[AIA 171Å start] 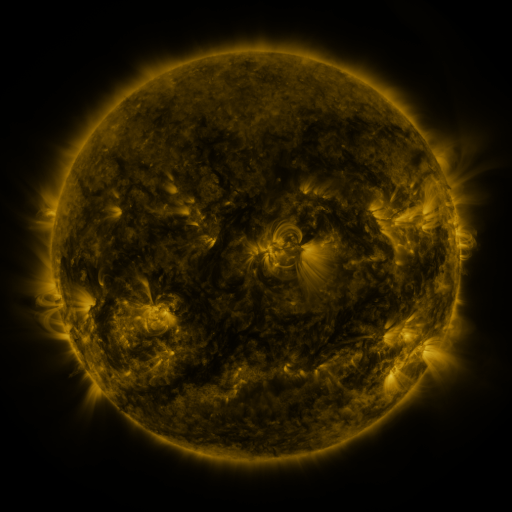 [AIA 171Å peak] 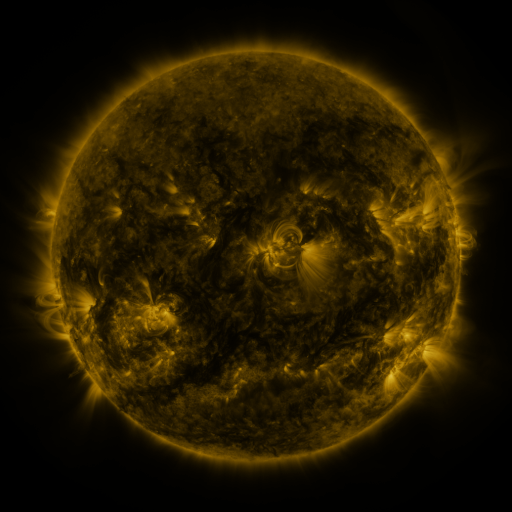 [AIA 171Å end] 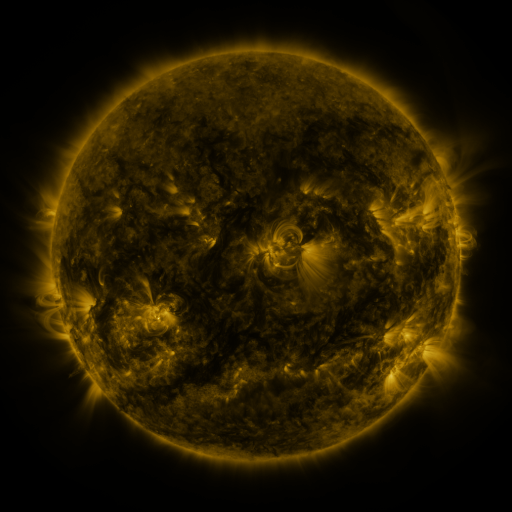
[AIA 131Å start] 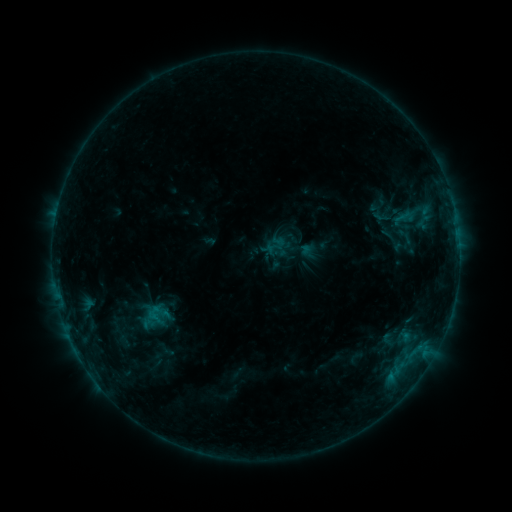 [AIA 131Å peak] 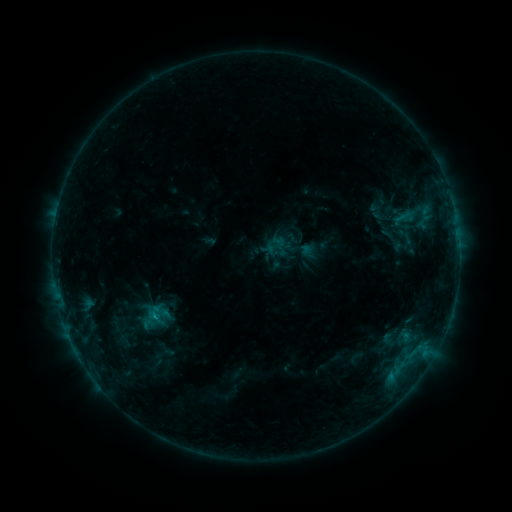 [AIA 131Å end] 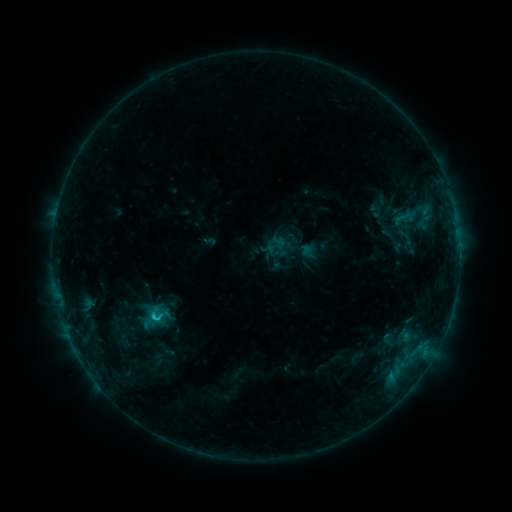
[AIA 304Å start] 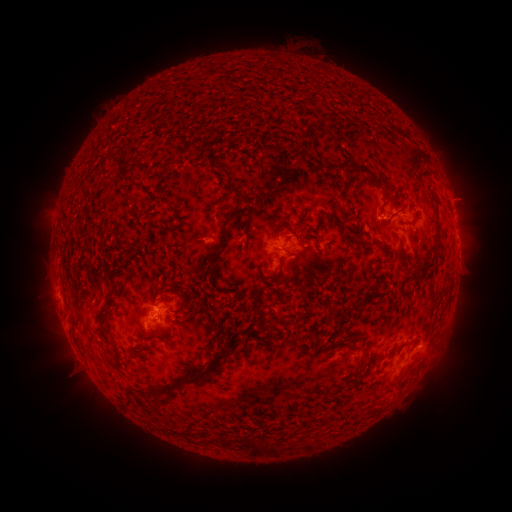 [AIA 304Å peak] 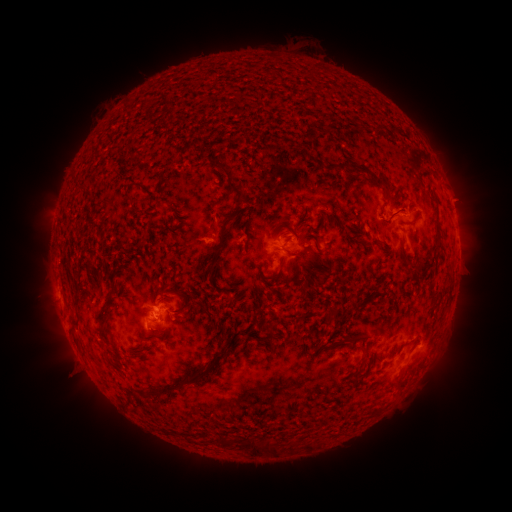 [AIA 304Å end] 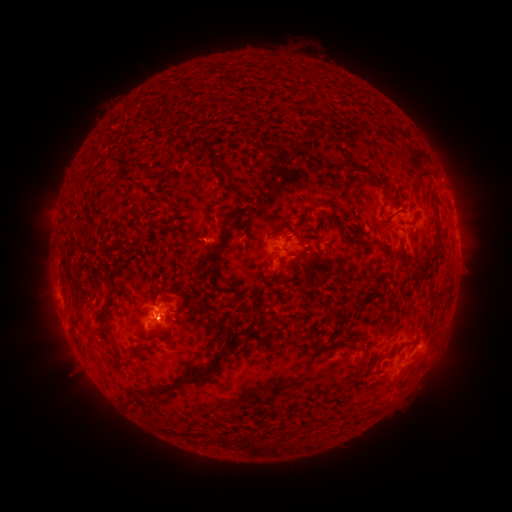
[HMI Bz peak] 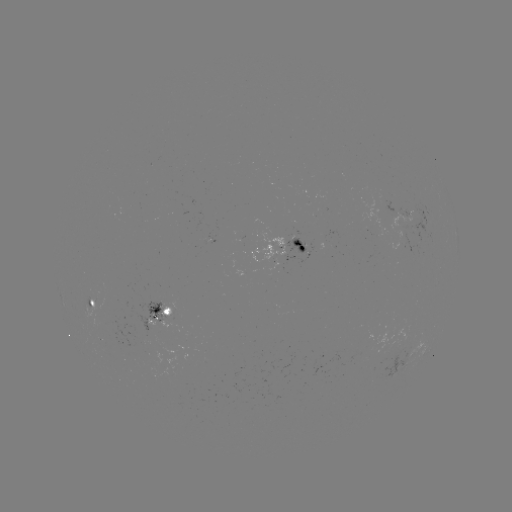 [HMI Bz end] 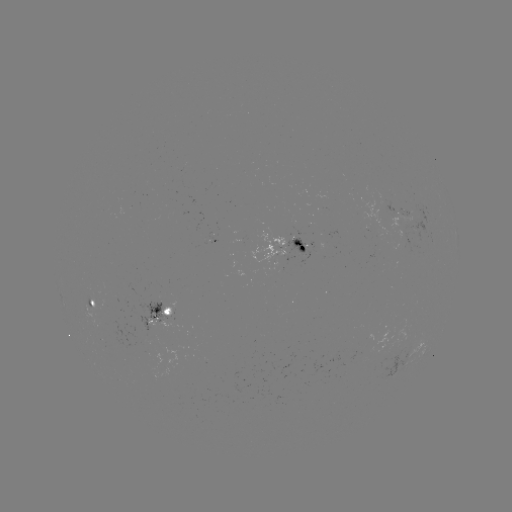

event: flare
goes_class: B9.0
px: (156, 316)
